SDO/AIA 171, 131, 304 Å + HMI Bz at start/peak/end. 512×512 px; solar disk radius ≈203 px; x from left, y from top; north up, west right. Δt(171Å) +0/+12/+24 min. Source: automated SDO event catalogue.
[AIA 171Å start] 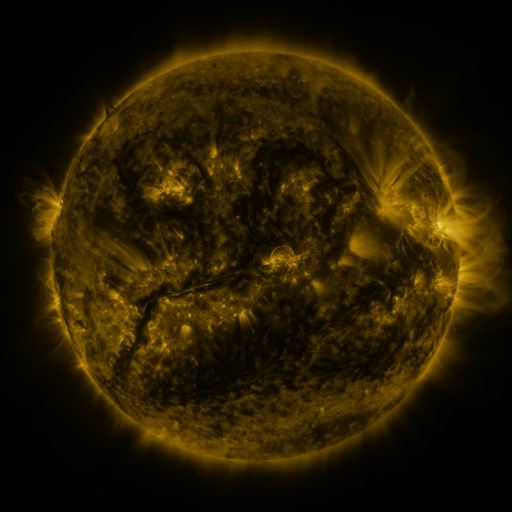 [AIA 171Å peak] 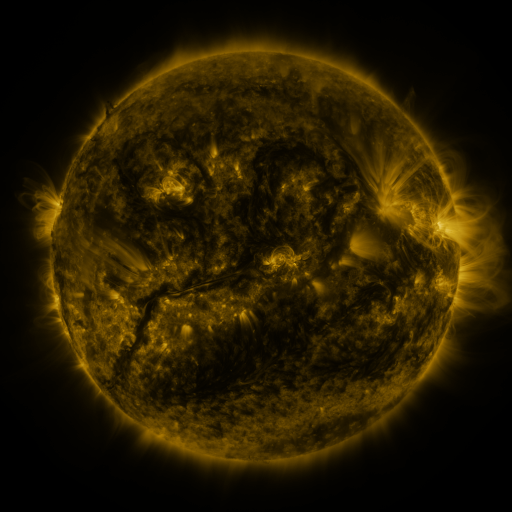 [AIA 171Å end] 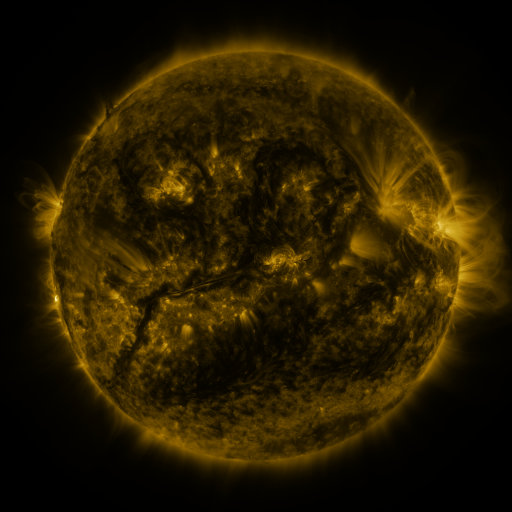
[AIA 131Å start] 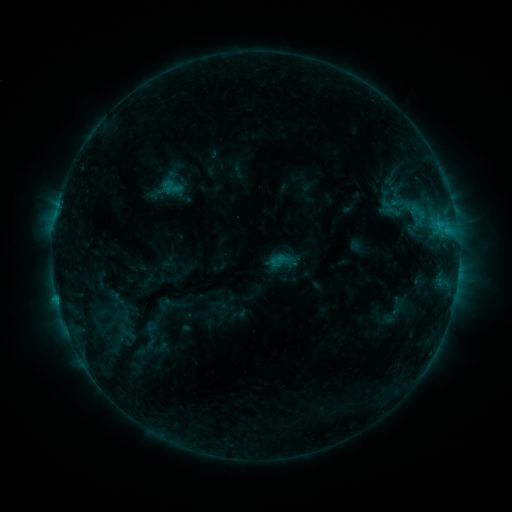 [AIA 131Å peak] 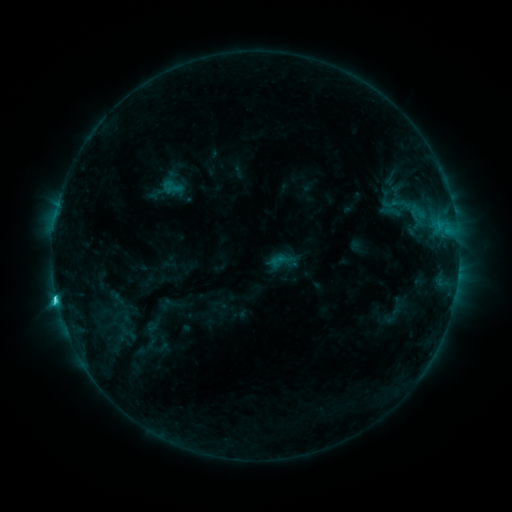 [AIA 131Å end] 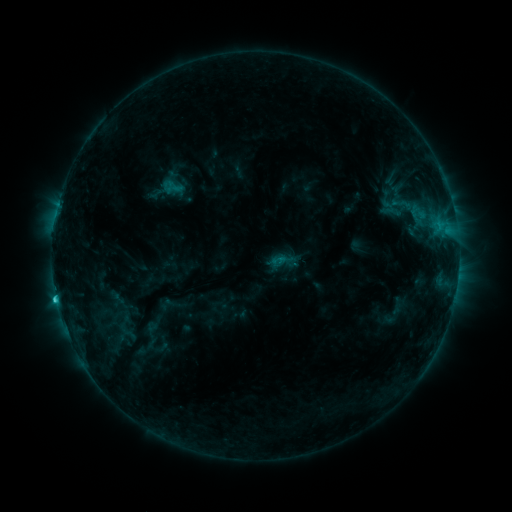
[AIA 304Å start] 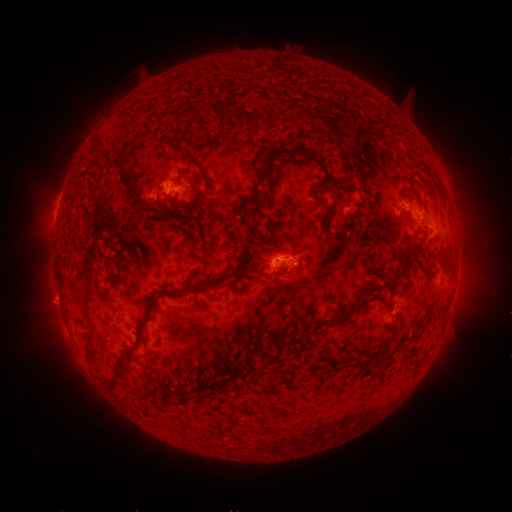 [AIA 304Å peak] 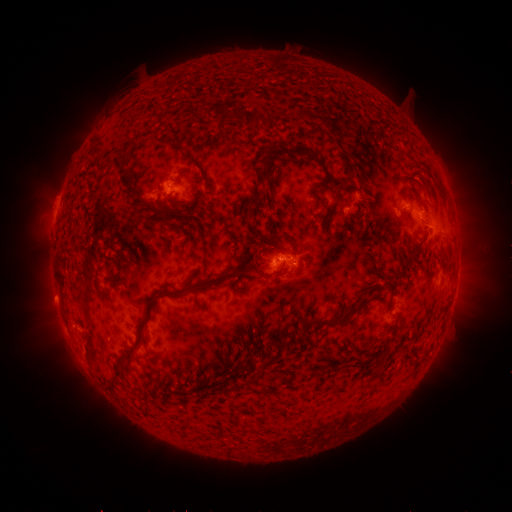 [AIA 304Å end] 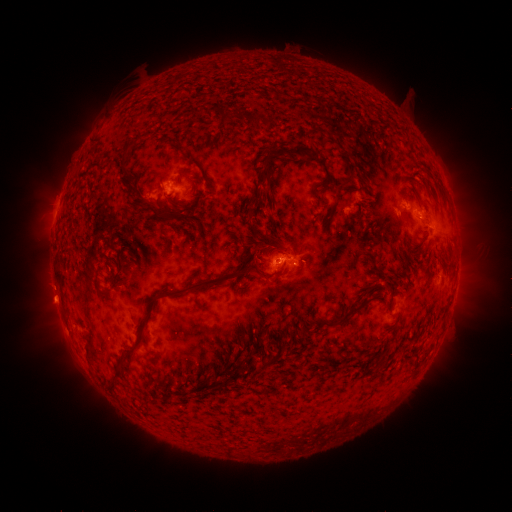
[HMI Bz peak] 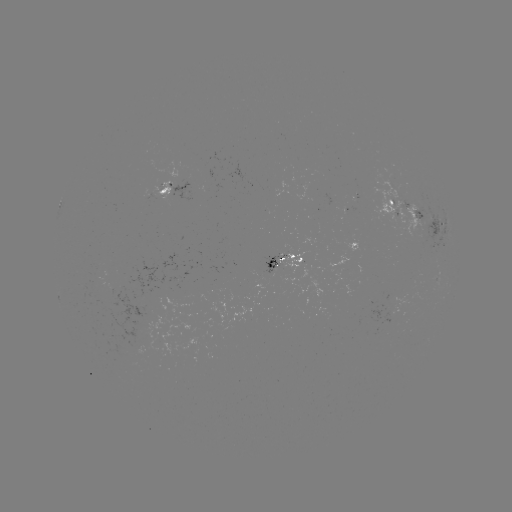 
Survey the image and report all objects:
C2.3 flare: (57, 297)
